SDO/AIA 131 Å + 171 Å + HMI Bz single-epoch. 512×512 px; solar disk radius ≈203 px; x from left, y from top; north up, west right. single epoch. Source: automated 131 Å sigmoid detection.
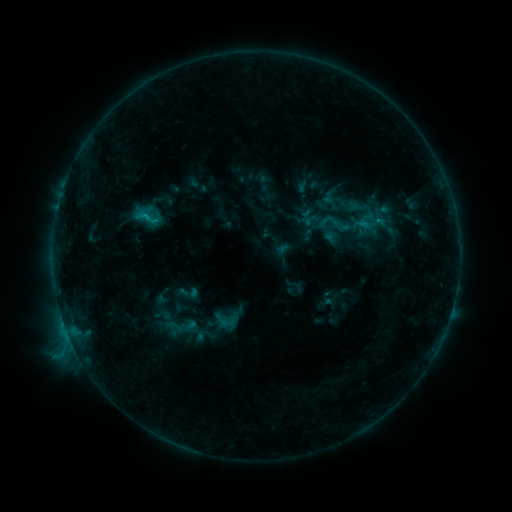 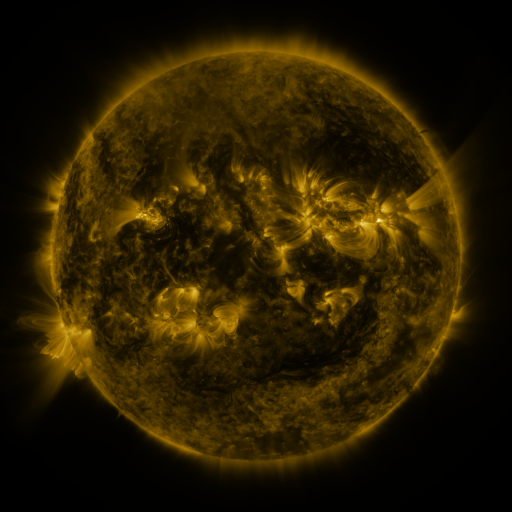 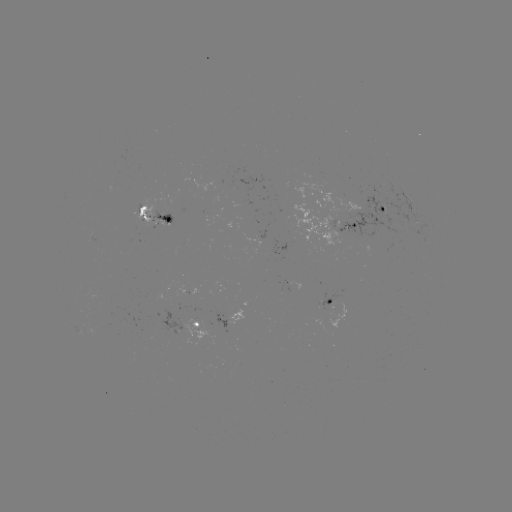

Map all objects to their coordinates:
sigmoid: (133, 204, 158, 230)
sigmoid: (314, 206, 355, 241)
sigmoid: (178, 281, 201, 303)
